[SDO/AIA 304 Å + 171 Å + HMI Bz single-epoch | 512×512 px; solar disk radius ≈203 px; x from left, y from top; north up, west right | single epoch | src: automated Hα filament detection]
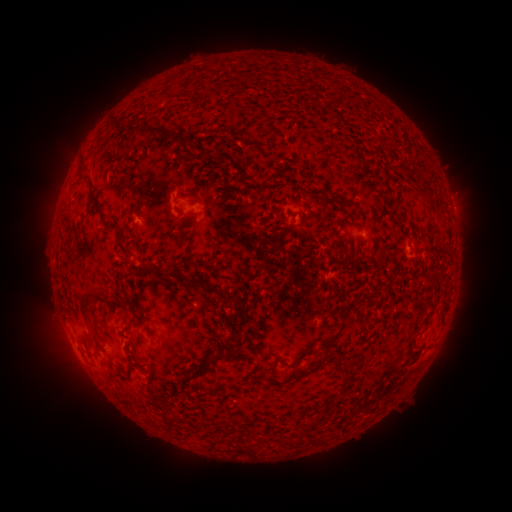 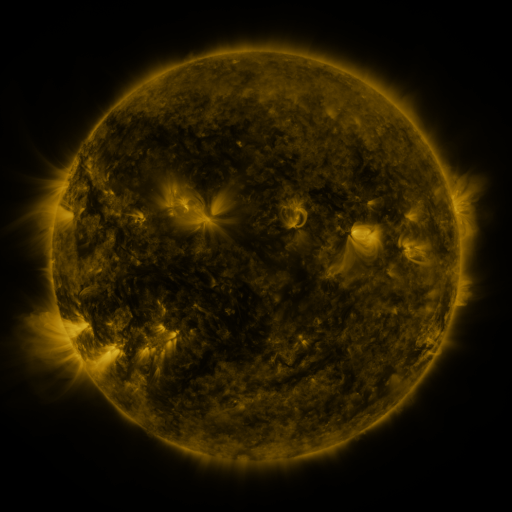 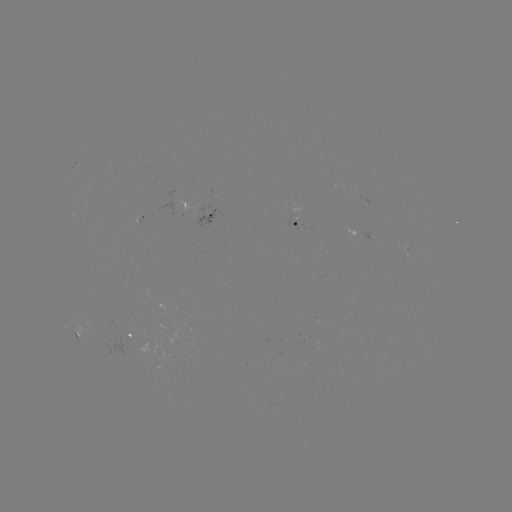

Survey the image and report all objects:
filament: <bbox>128, 118, 139, 126</bbox>
filament: <bbox>140, 124, 160, 139</bbox>
filament: <bbox>168, 130, 182, 144</bbox>
filament: <bbox>204, 149, 214, 156</bbox>
filament: <bbox>338, 199, 351, 211</bbox>
filament: <bbox>187, 210, 199, 217</bbox>
filament: <bbox>338, 218, 346, 231</bbox>
filament: <bbox>103, 219, 117, 228</bbox>
filament: <bbox>115, 230, 129, 255</bbox>
filament: <bbox>165, 270, 204, 289</bbox>
filament: <bbox>79, 281, 103, 313</bbox>
filament: <bbox>208, 282, 222, 292</bbox>
filament: <bbox>115, 295, 125, 307</bbox>
filament: <bbox>320, 331, 341, 348</bbox>
filament: <bbox>208, 350, 228, 363</bbox>
filament: <bbox>332, 356, 342, 371</bbox>
filament: <bbox>306, 364, 318, 373</bbox>
filament: <bbox>289, 373, 303, 381</bbox>
filament: <bbox>154, 400, 165, 409</bbox>
filament: <bbox>159, 413, 167, 424</bbox>
